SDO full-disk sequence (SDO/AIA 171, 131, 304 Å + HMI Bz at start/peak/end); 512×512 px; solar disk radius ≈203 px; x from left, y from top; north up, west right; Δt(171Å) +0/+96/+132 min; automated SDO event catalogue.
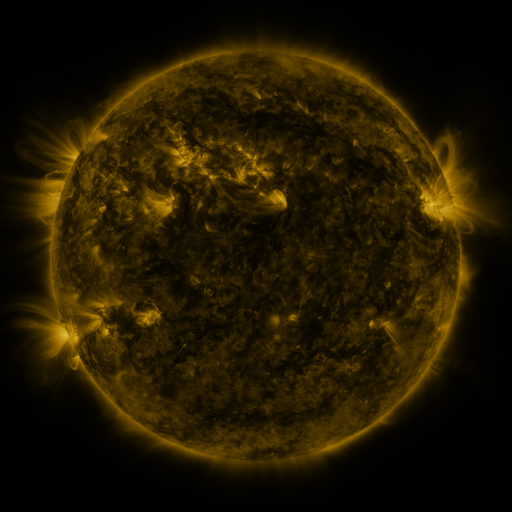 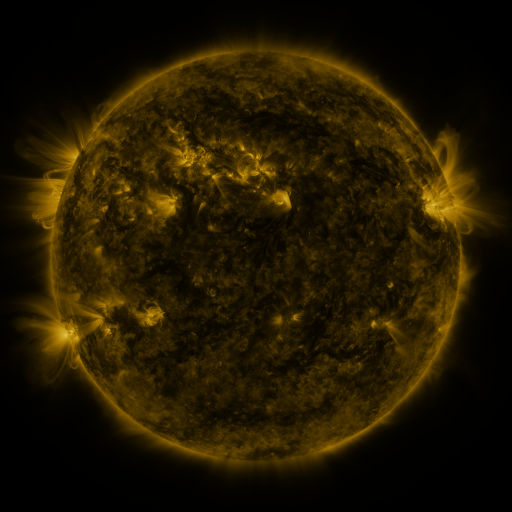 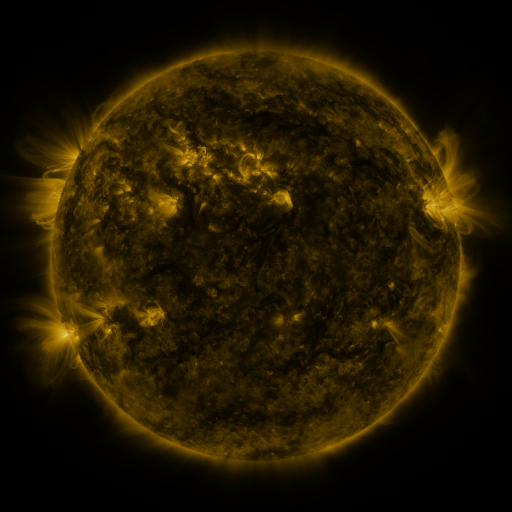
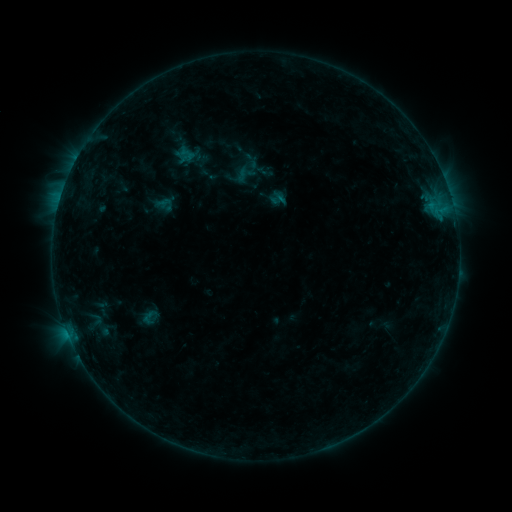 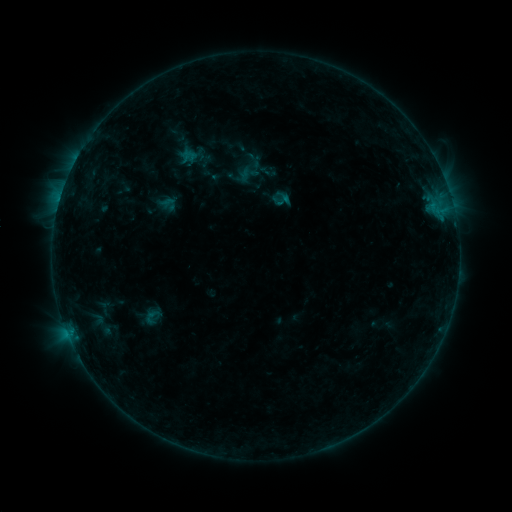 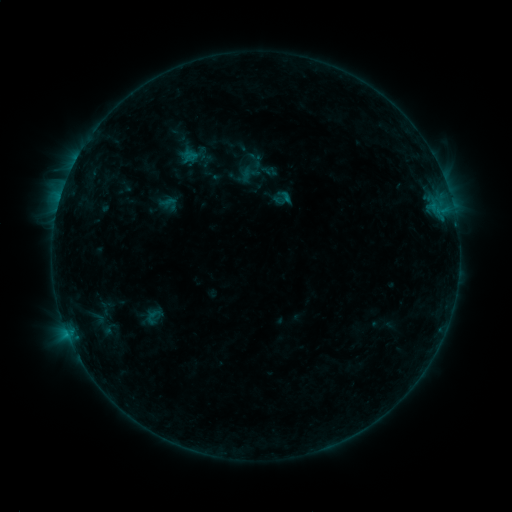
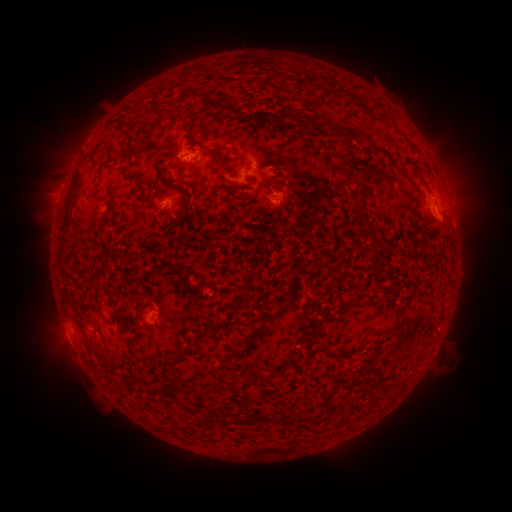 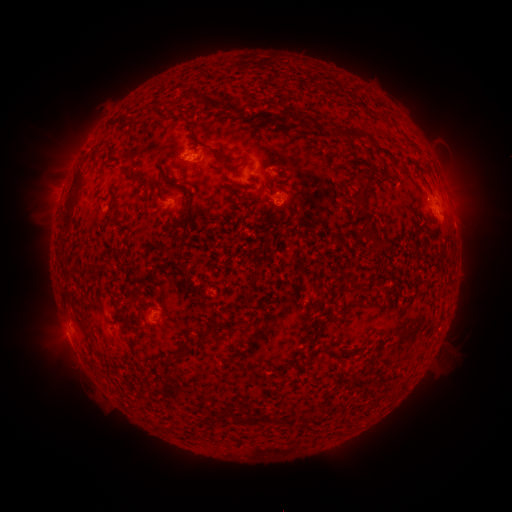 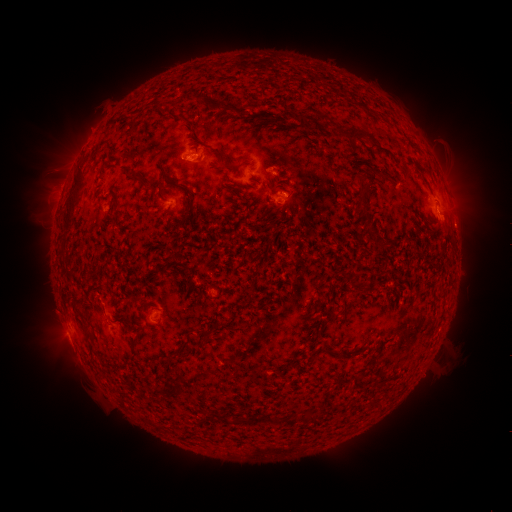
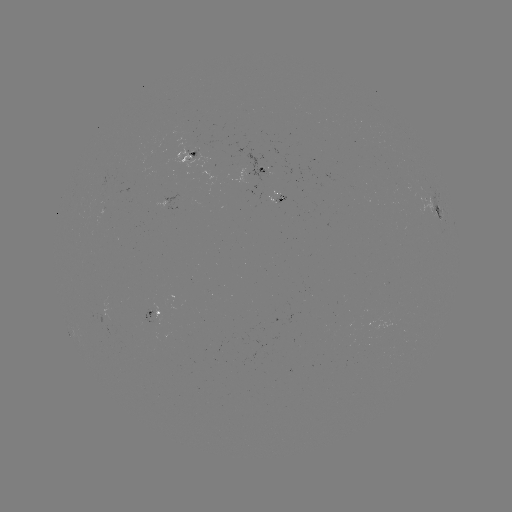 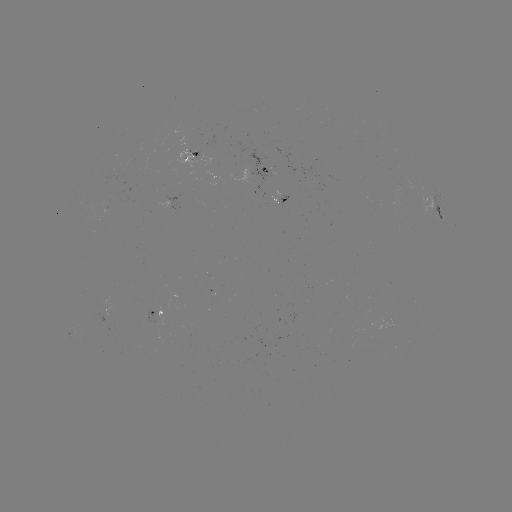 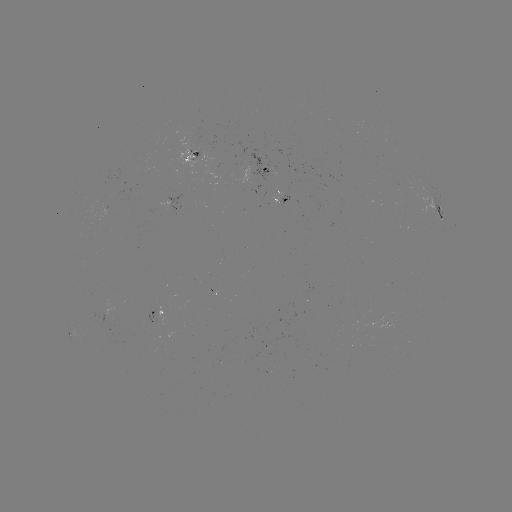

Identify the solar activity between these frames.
emerging-flux region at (188, 155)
